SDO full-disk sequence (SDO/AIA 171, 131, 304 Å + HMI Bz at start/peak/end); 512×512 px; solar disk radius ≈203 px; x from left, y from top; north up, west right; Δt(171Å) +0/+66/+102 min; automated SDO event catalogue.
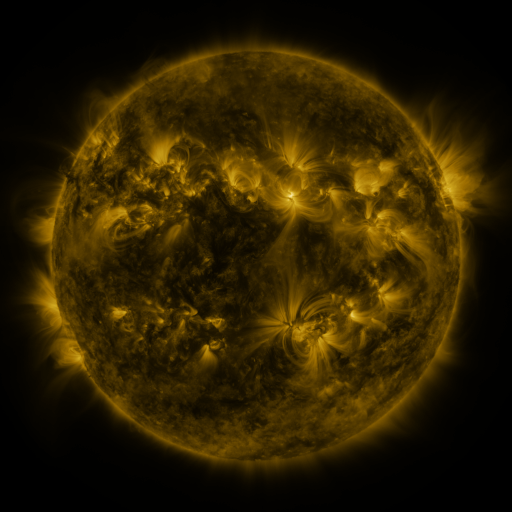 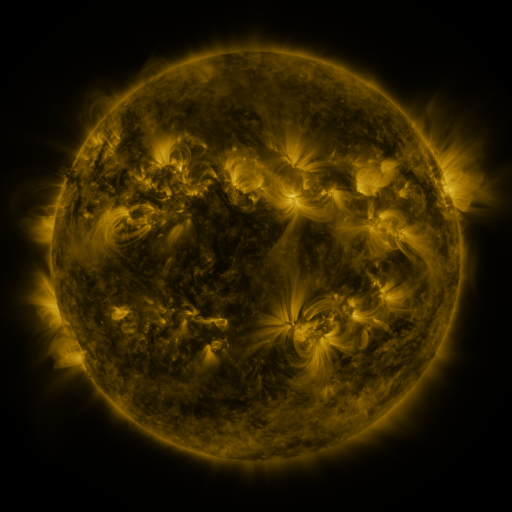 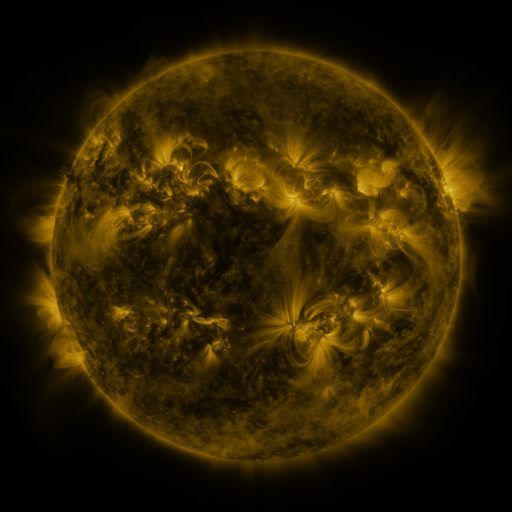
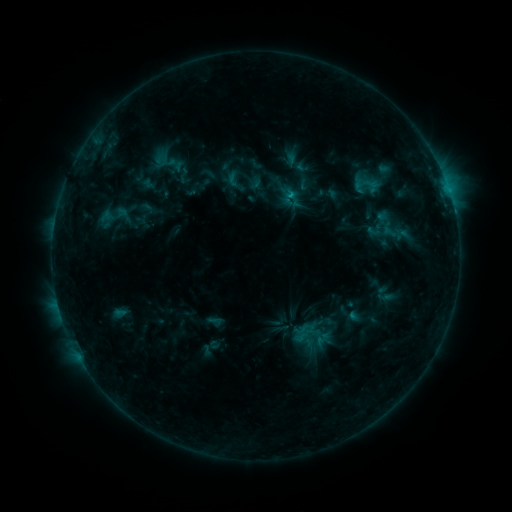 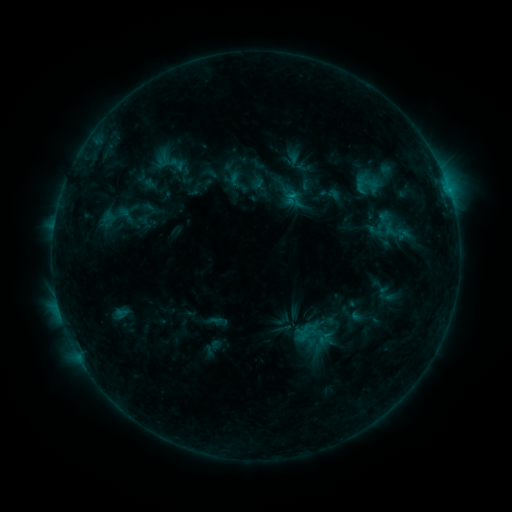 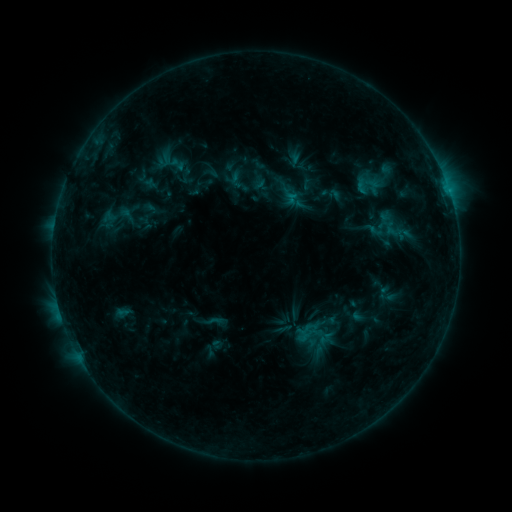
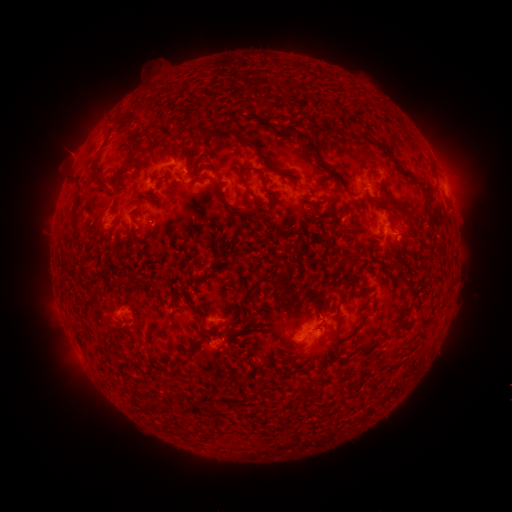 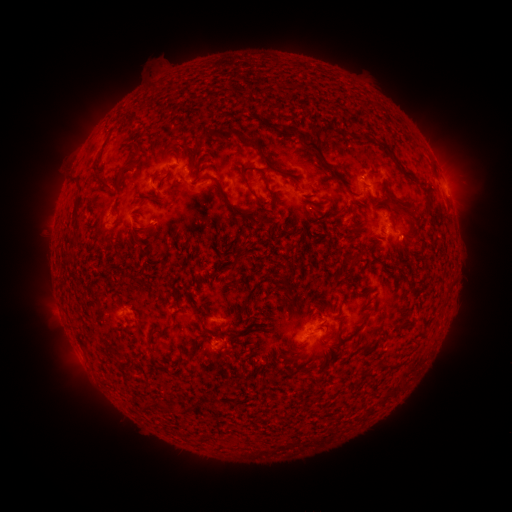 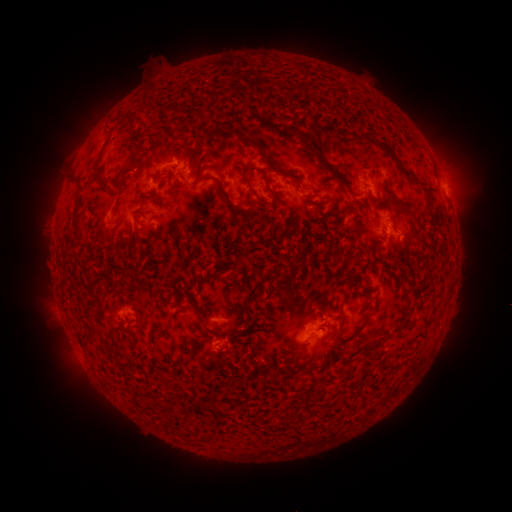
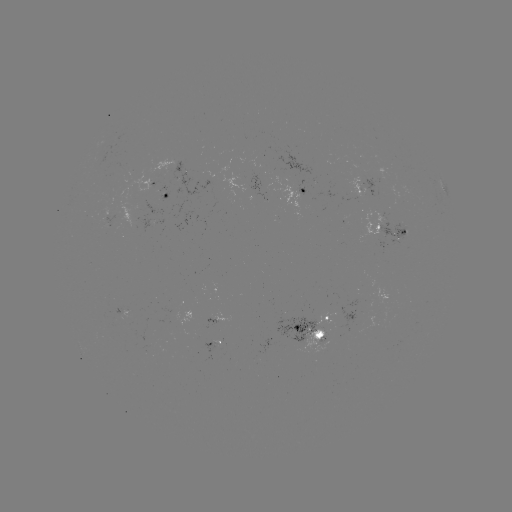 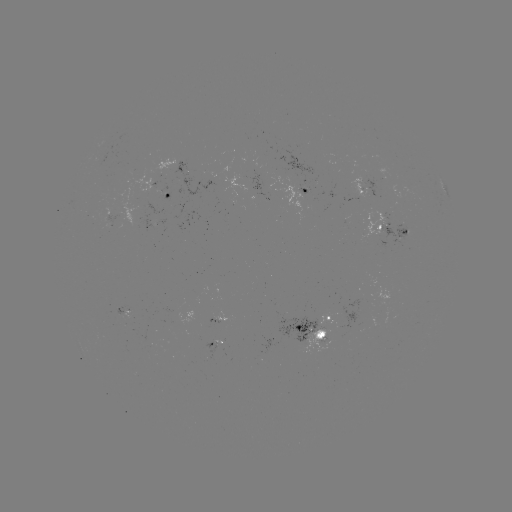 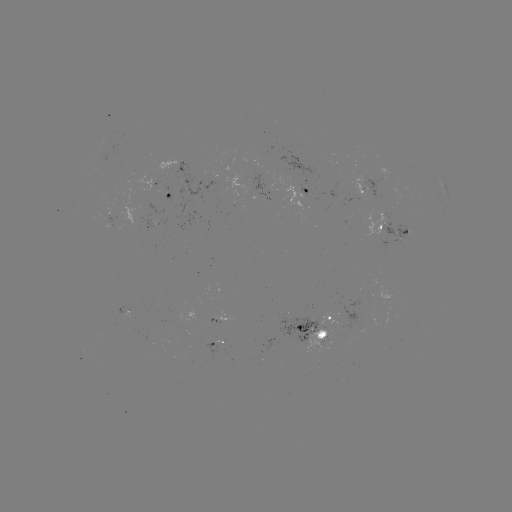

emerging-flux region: (288, 179, 305, 185)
